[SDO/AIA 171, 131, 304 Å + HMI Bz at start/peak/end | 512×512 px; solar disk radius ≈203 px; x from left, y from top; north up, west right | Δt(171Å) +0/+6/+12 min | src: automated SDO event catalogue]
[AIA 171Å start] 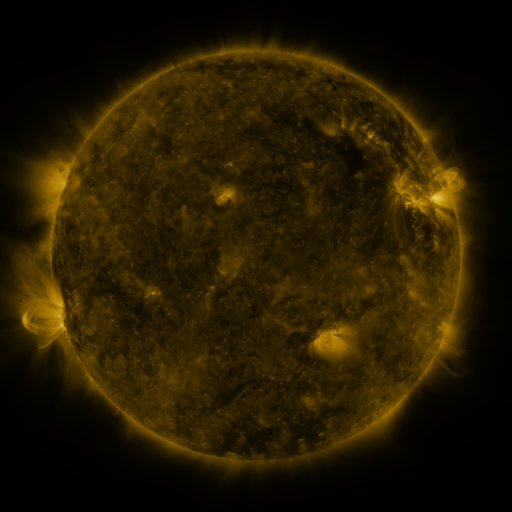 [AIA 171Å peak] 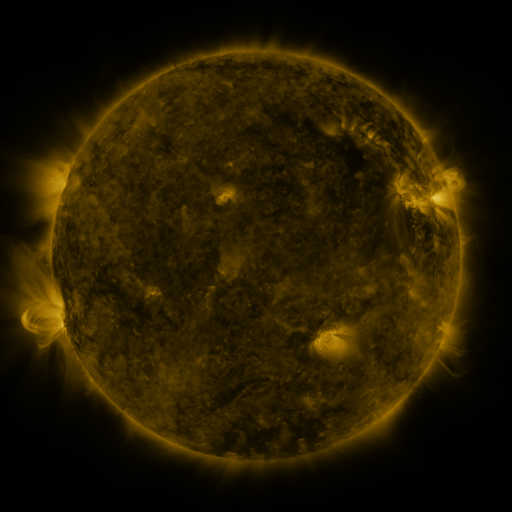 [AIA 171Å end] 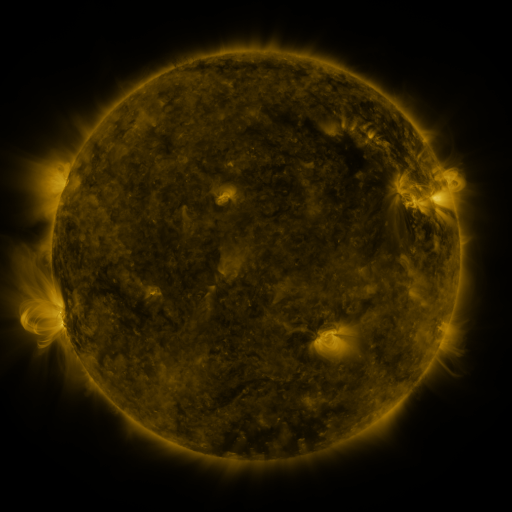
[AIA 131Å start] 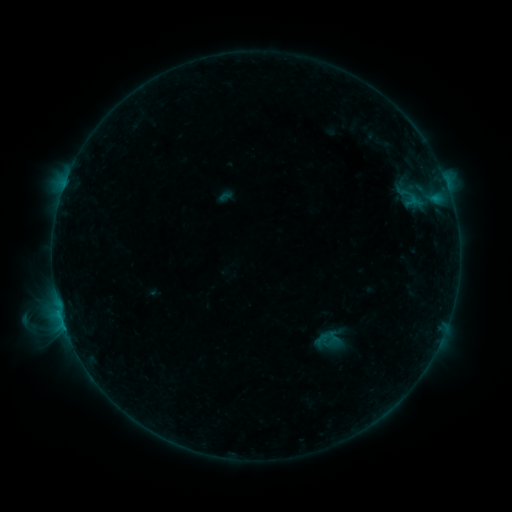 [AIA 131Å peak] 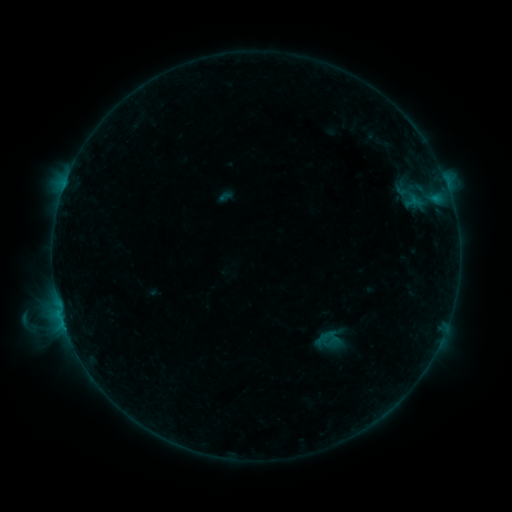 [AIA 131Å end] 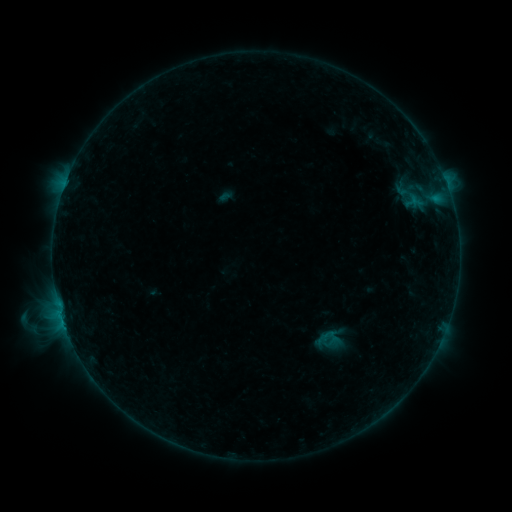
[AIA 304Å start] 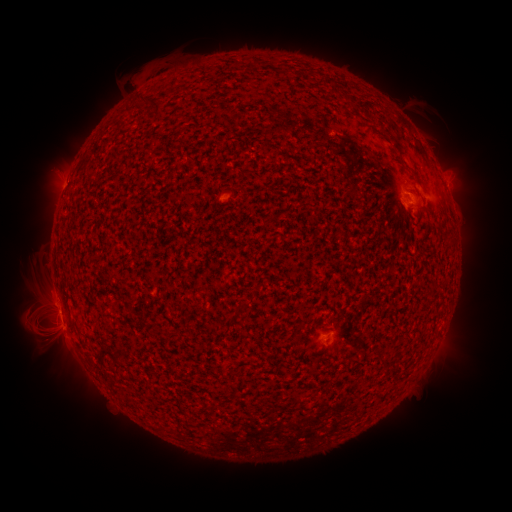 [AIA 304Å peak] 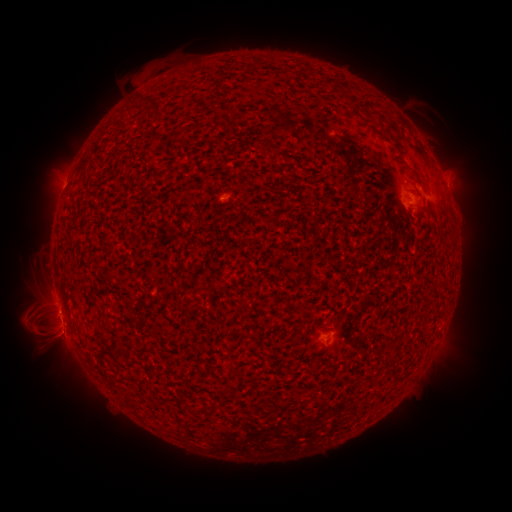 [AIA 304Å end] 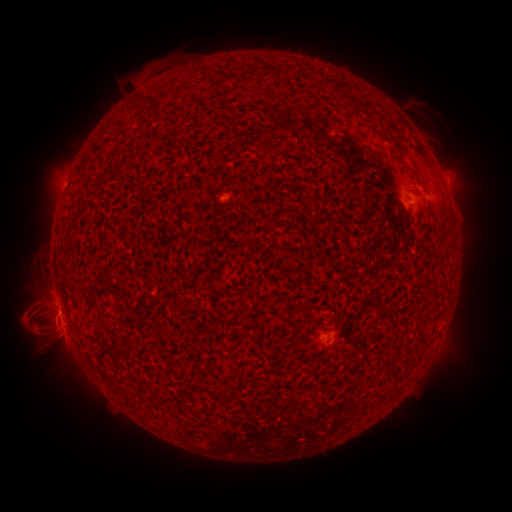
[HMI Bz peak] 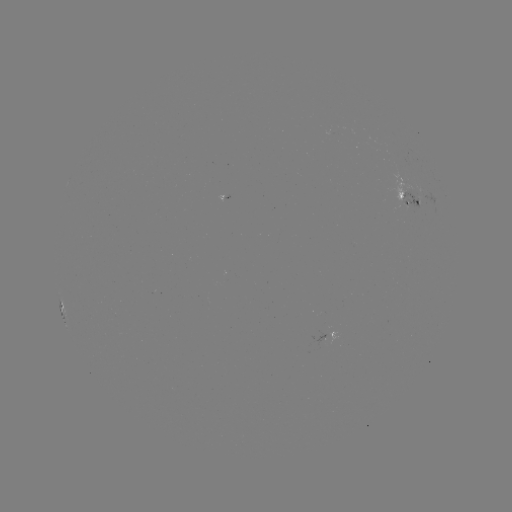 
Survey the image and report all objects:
eruption: (57, 314)
